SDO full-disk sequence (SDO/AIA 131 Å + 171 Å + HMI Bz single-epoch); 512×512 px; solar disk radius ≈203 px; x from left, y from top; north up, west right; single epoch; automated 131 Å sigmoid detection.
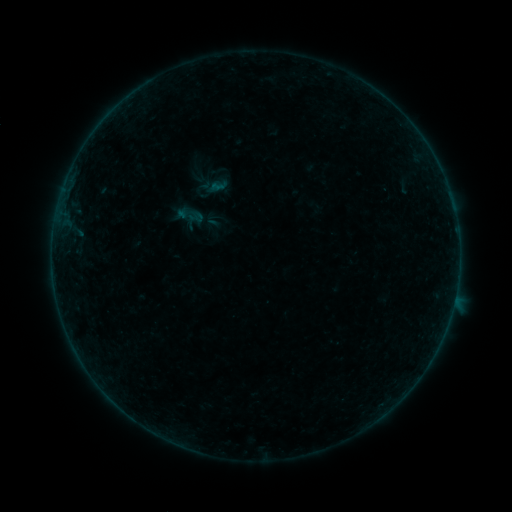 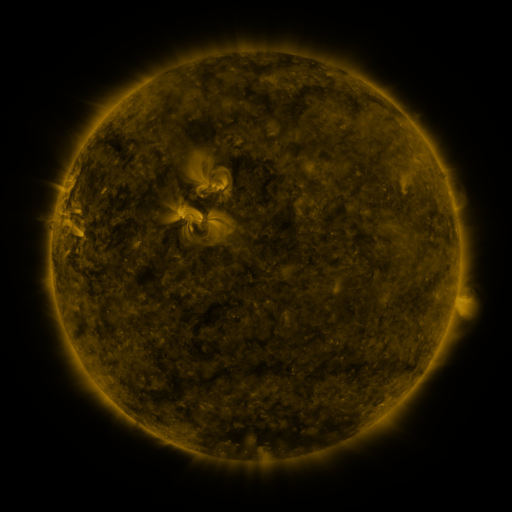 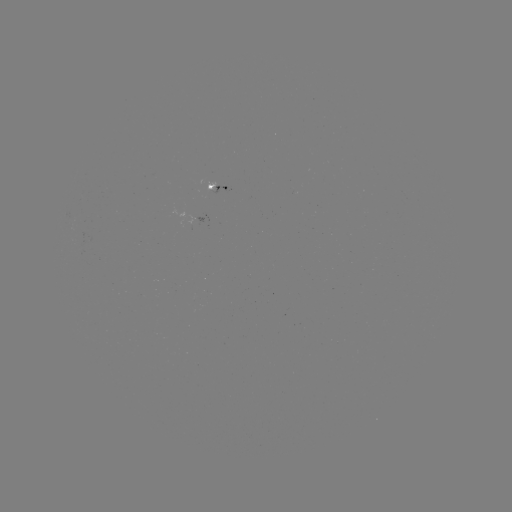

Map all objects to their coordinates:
sigmoid: <bbox>205, 213, 221, 229</bbox>
